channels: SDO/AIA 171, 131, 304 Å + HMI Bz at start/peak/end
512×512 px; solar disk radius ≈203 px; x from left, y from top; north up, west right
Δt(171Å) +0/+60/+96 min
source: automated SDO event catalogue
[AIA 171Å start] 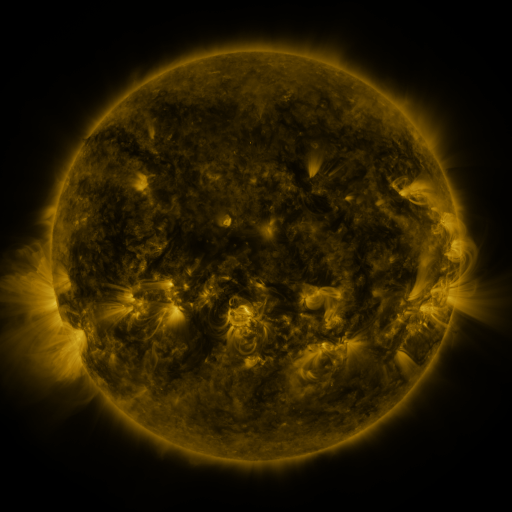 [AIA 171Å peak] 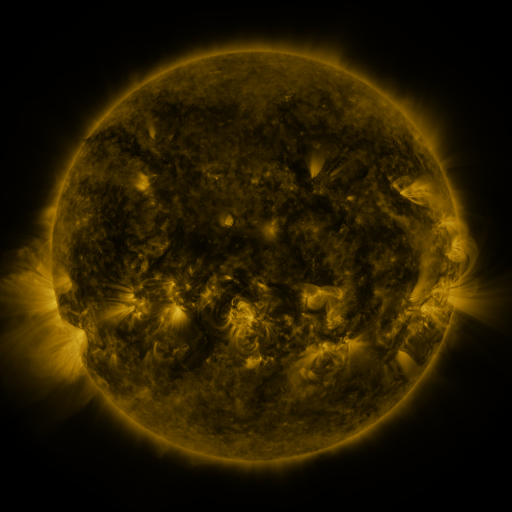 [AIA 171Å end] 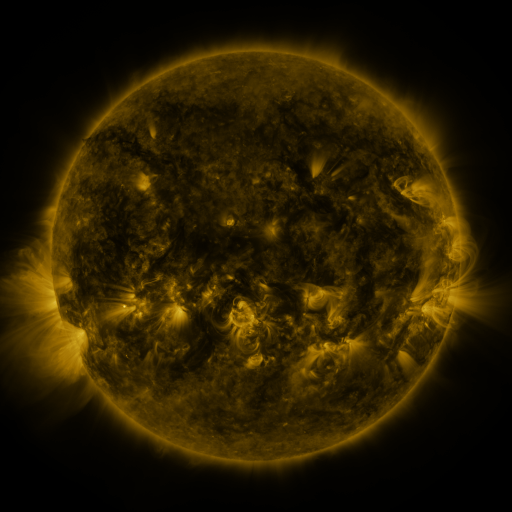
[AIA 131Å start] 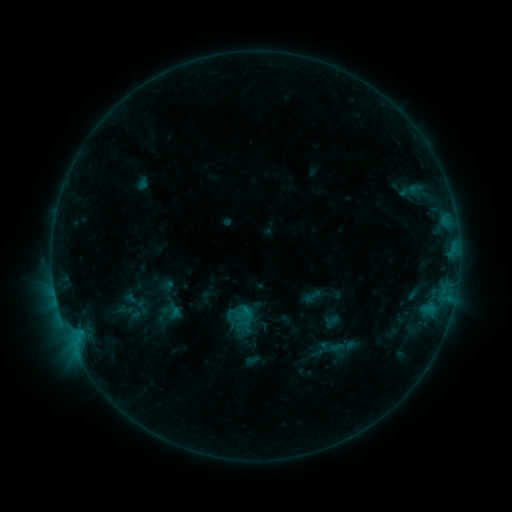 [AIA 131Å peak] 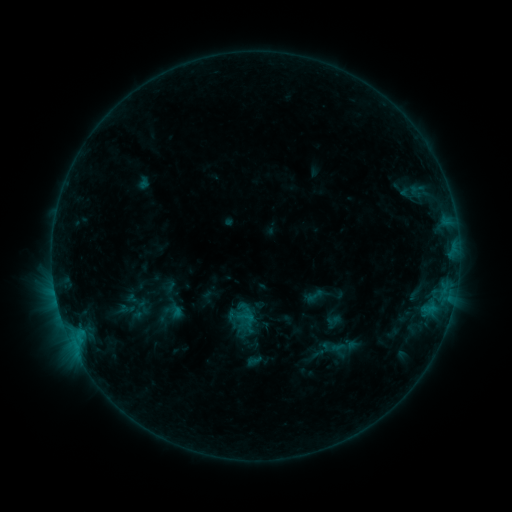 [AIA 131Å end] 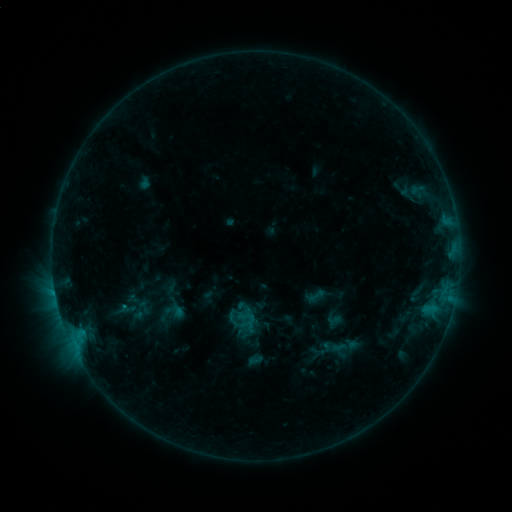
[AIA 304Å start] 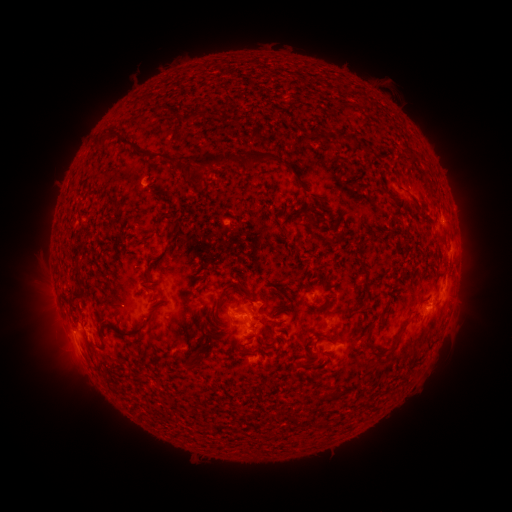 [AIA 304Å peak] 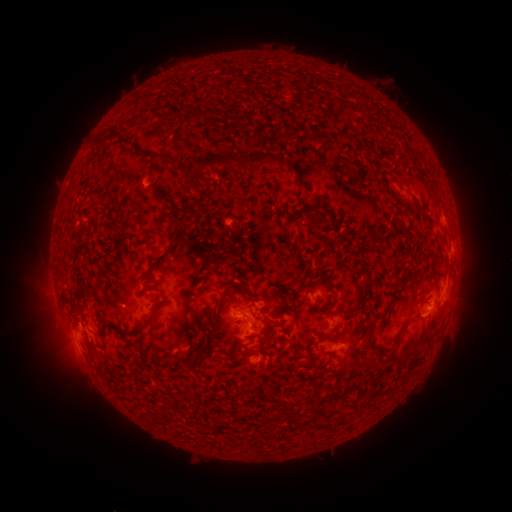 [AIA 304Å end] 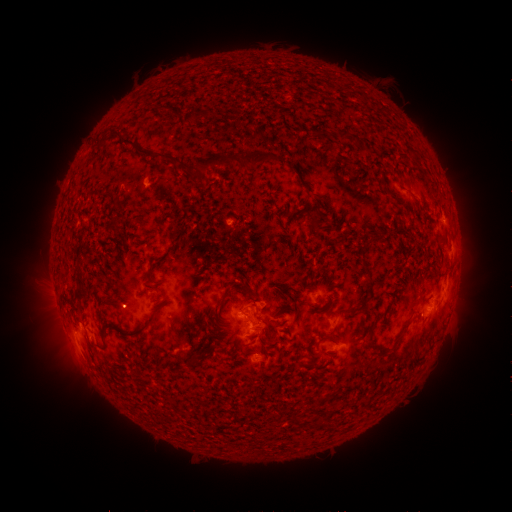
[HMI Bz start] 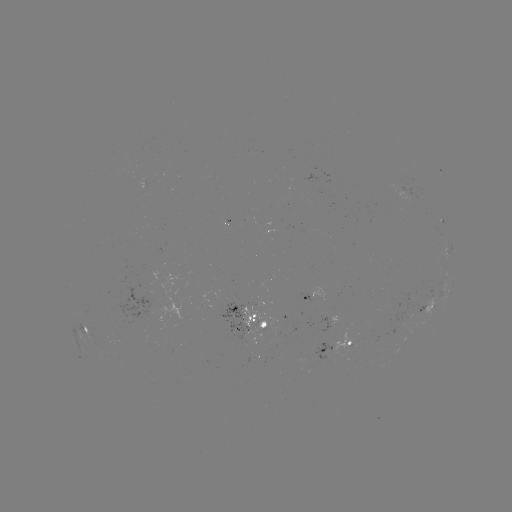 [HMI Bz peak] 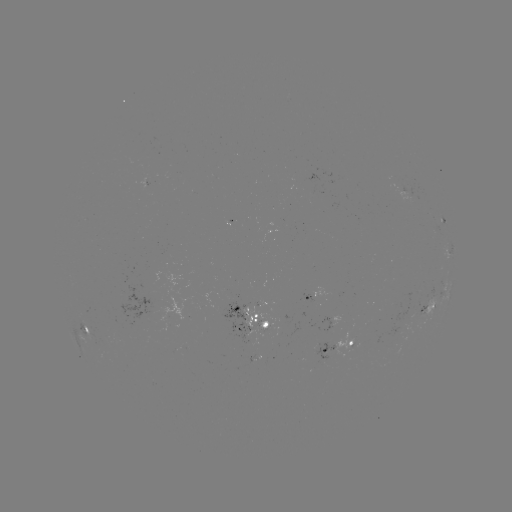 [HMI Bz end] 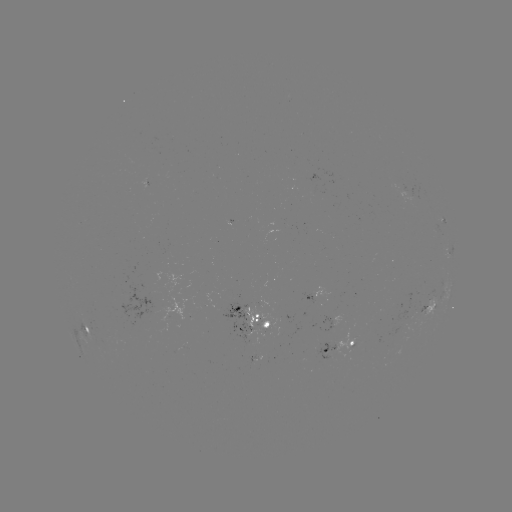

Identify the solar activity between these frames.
emerging-flux region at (104, 340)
